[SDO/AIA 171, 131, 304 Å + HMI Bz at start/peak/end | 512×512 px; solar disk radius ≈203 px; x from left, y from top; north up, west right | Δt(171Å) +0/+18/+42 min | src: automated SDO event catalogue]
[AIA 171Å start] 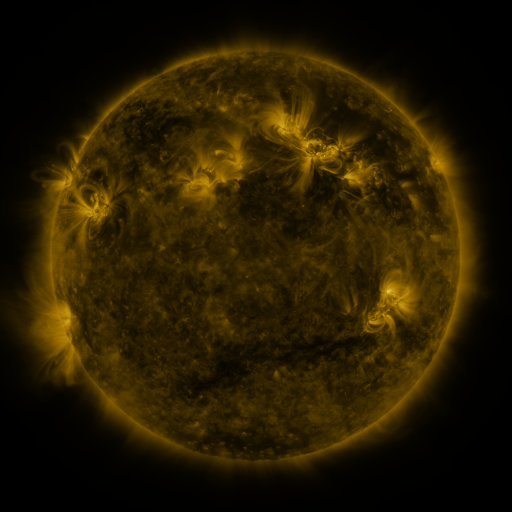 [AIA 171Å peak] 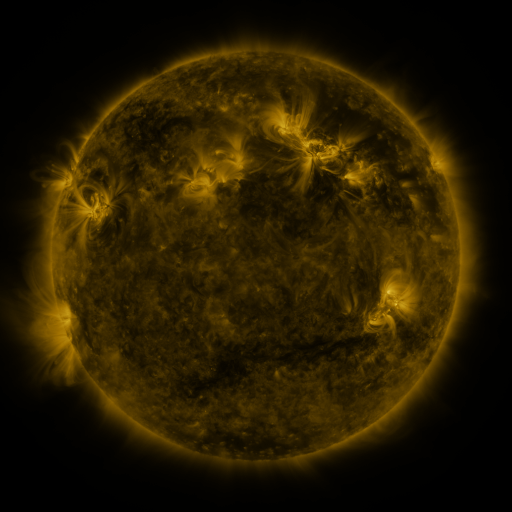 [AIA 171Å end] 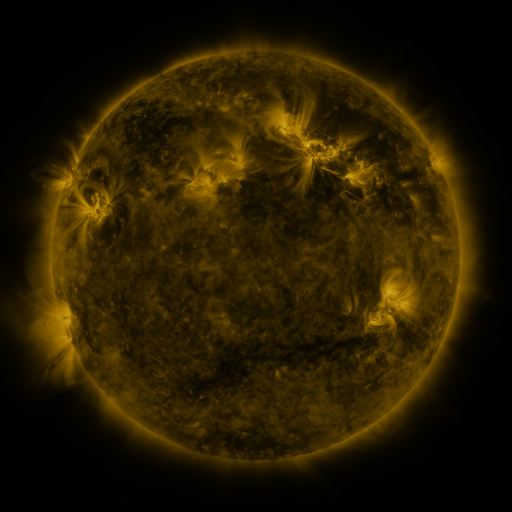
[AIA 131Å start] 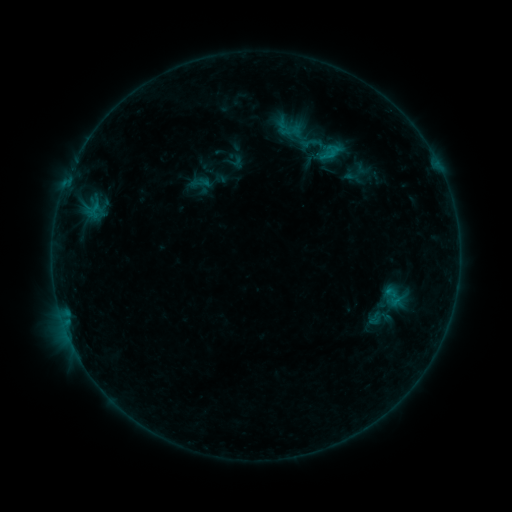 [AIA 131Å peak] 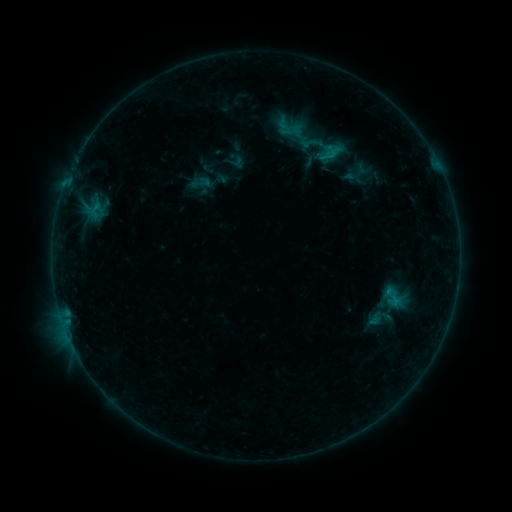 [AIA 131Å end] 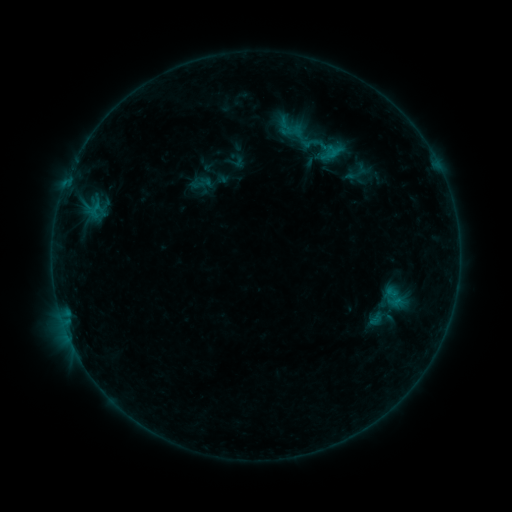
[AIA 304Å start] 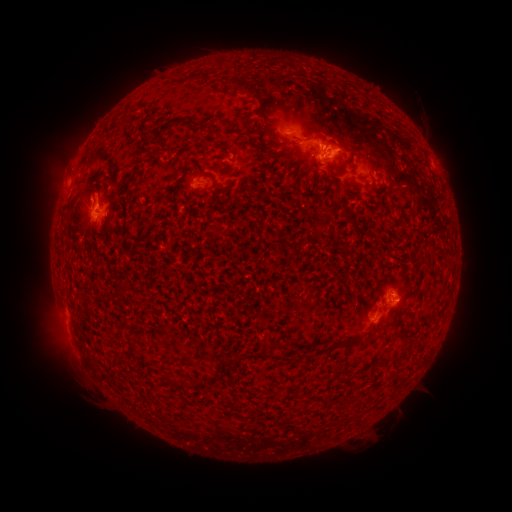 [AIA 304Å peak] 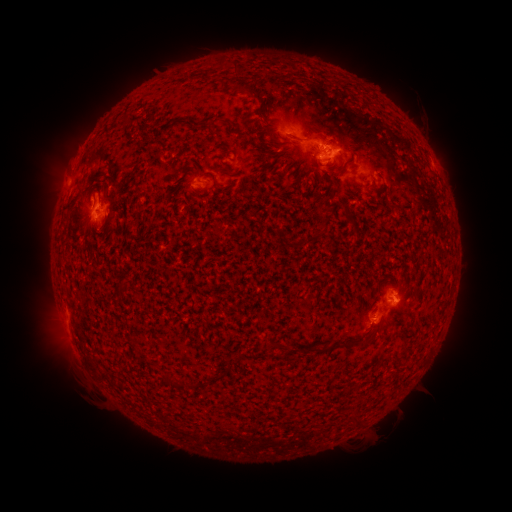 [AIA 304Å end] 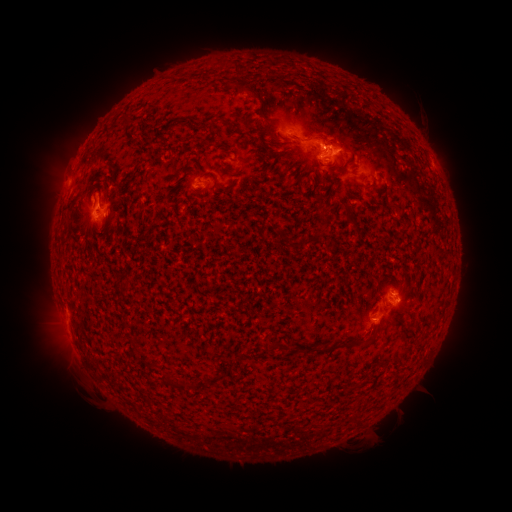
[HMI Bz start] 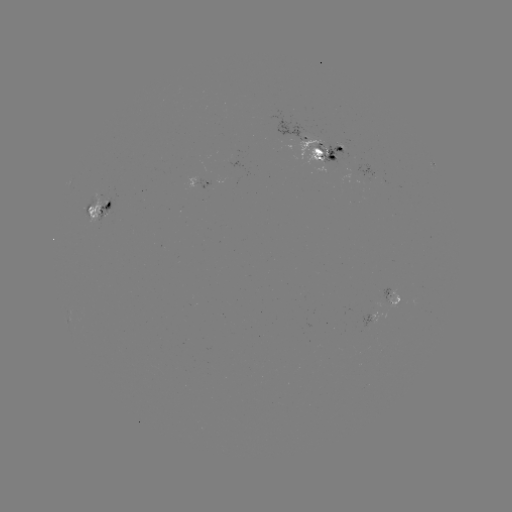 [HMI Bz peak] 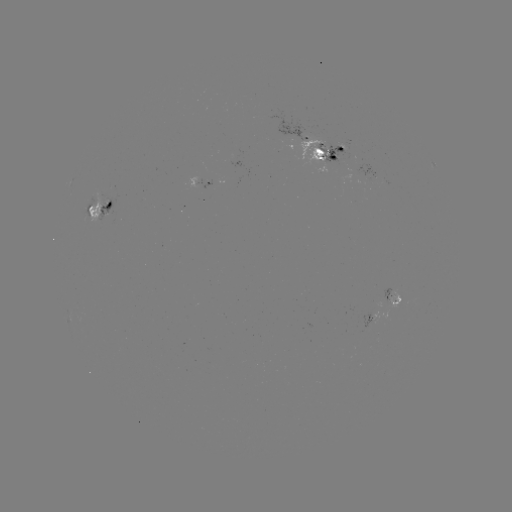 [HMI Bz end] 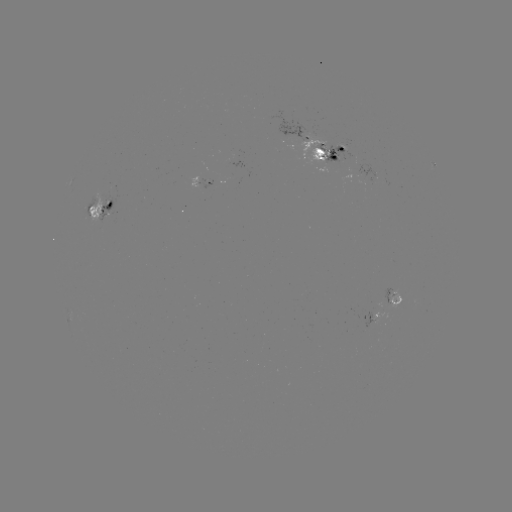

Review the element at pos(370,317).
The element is emerging-flux region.